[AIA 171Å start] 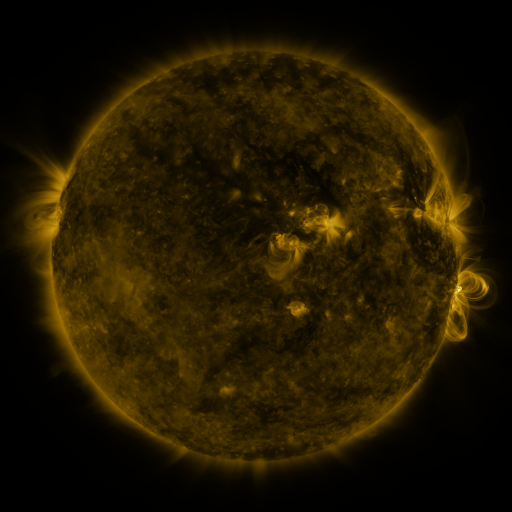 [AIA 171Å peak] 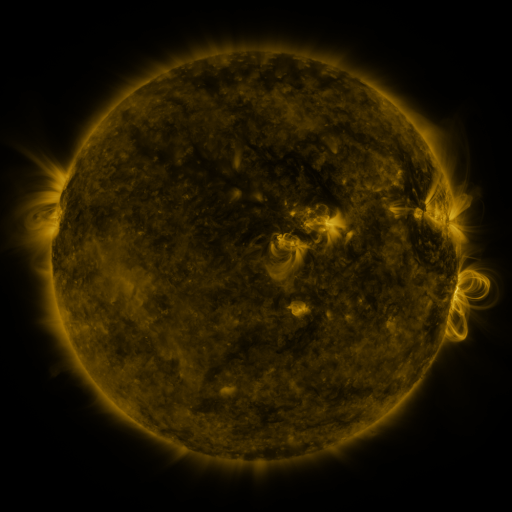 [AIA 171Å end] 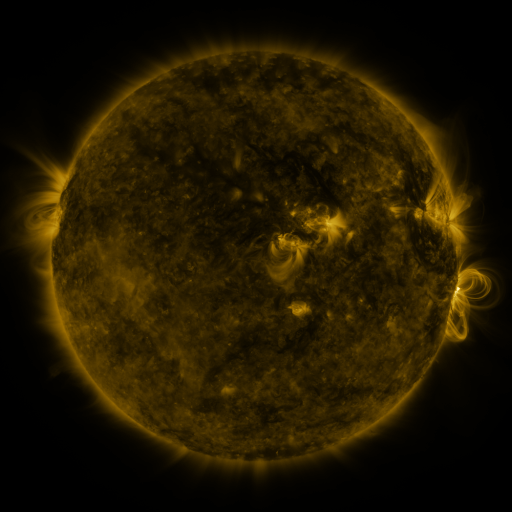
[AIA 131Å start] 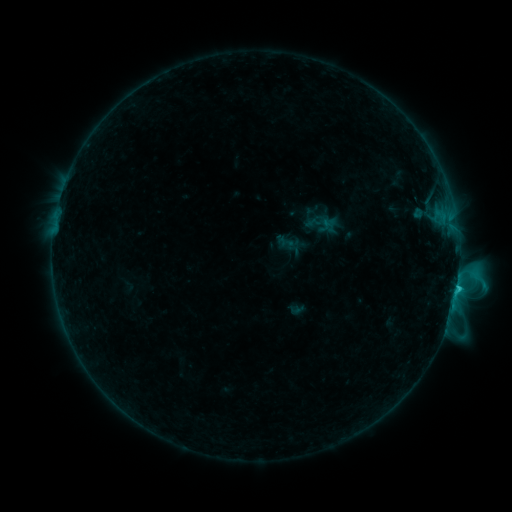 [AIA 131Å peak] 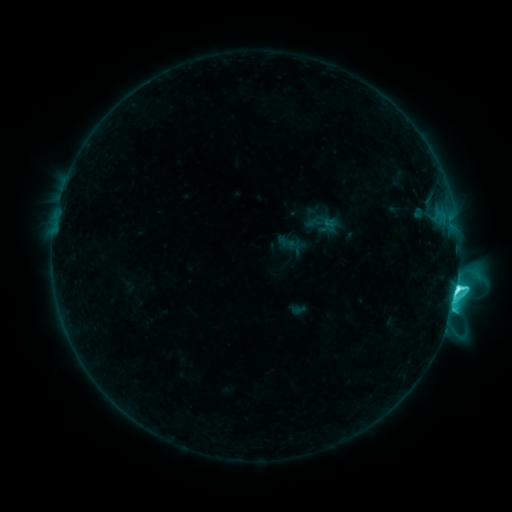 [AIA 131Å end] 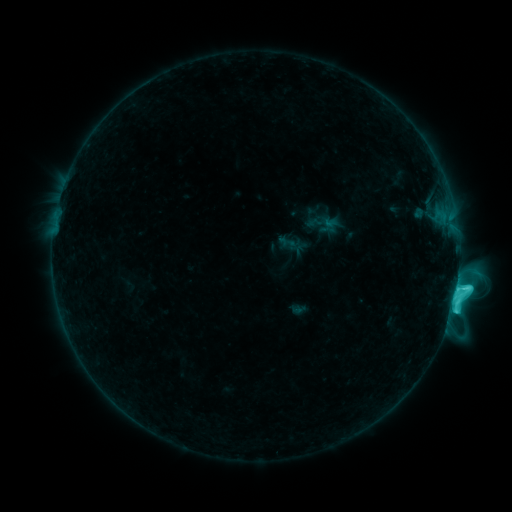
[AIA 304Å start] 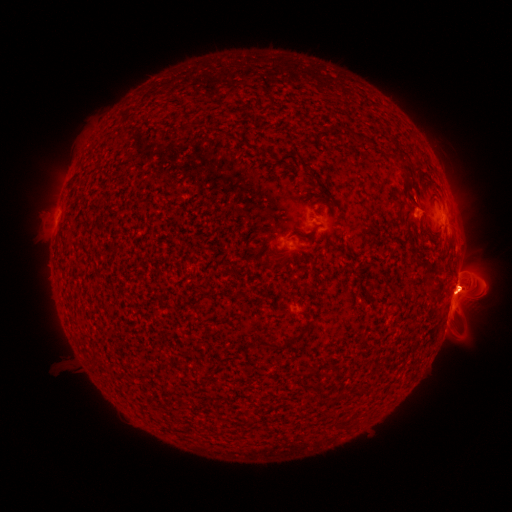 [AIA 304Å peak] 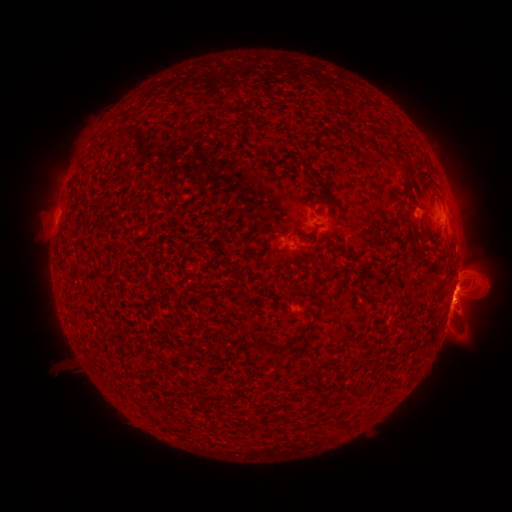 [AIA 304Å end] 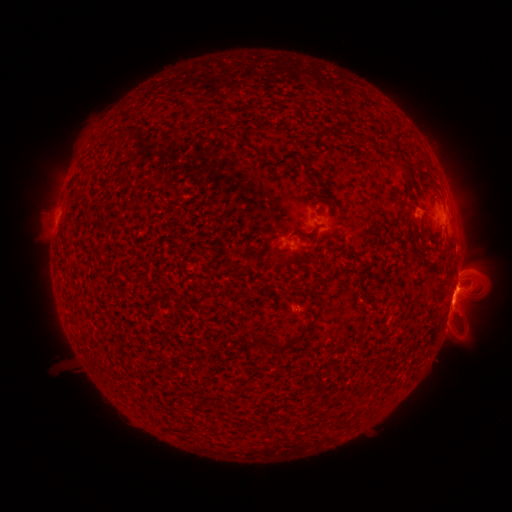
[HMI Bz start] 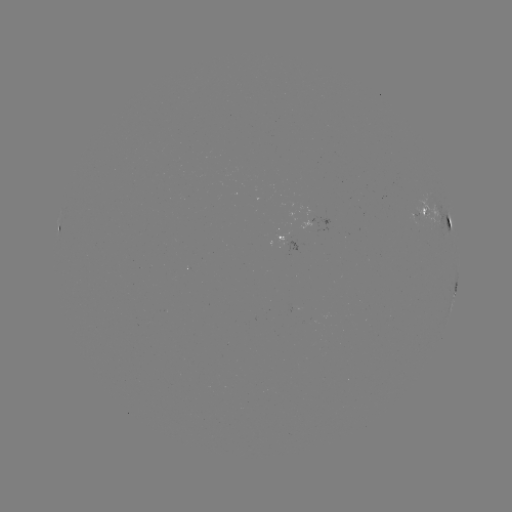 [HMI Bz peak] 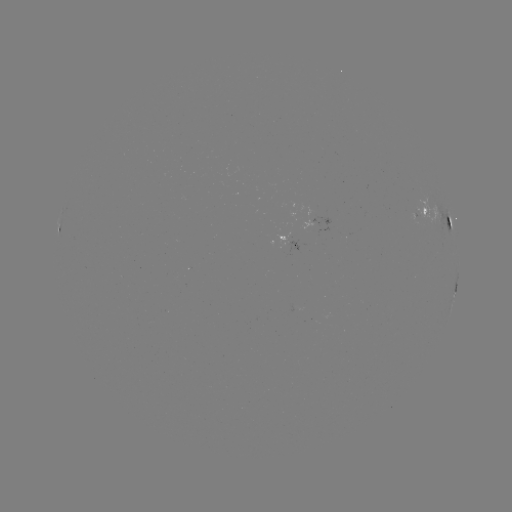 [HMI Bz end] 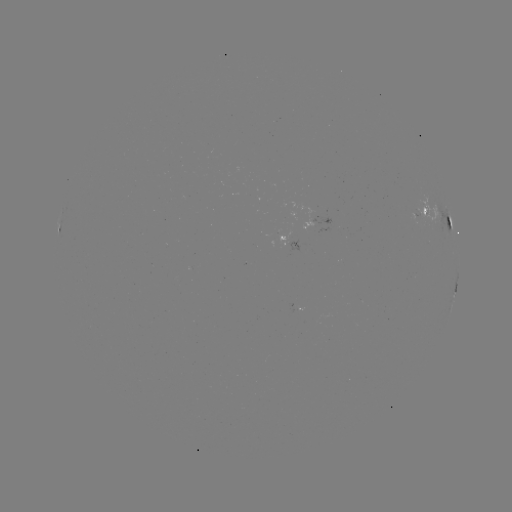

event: flare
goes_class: C9.0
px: (456, 288)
